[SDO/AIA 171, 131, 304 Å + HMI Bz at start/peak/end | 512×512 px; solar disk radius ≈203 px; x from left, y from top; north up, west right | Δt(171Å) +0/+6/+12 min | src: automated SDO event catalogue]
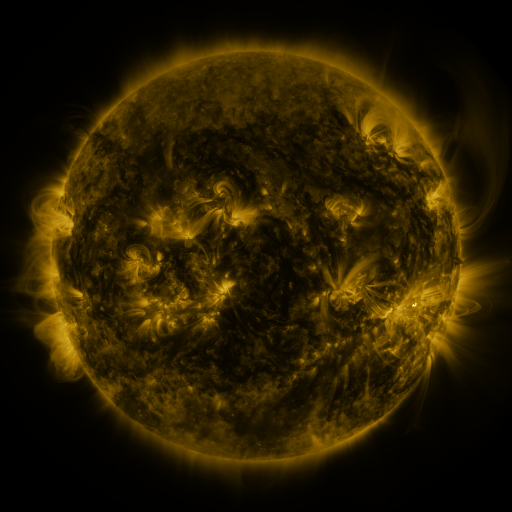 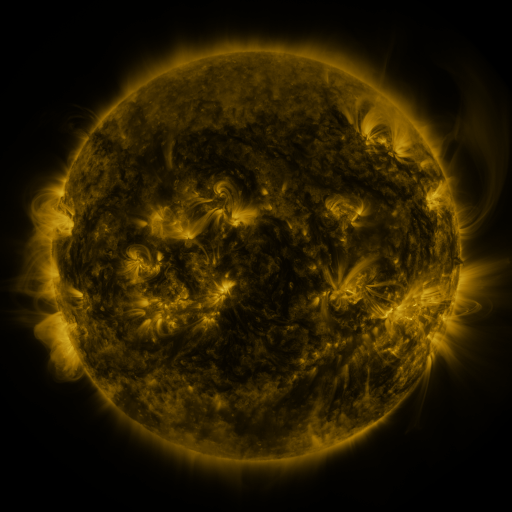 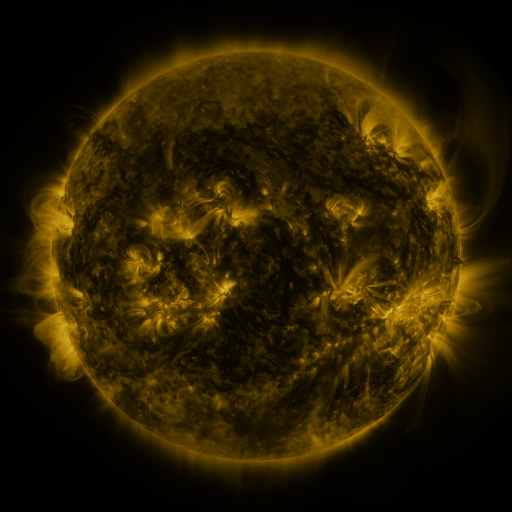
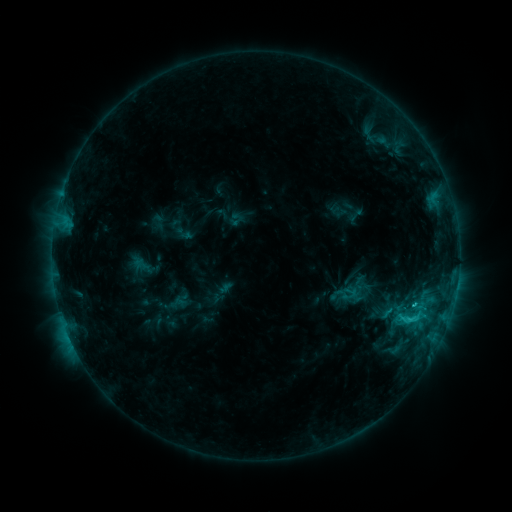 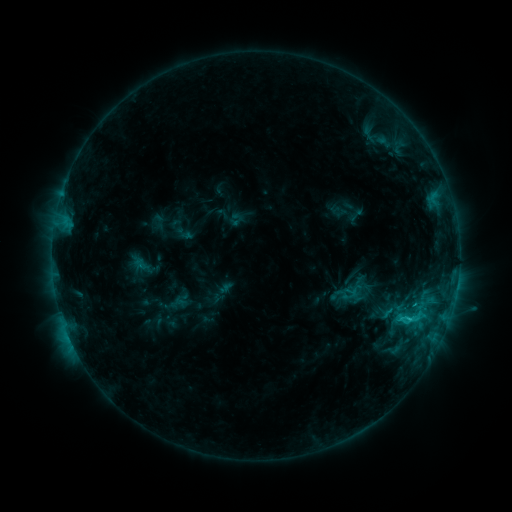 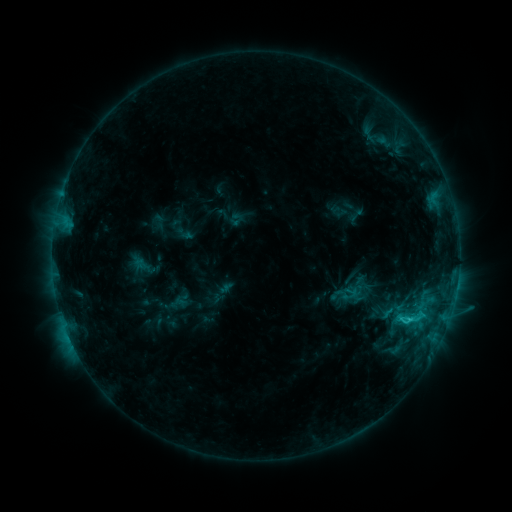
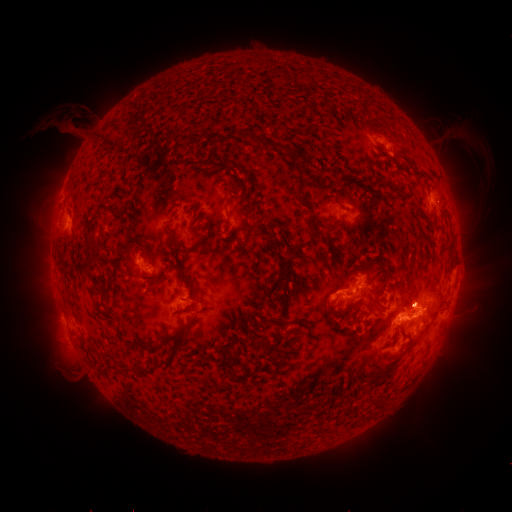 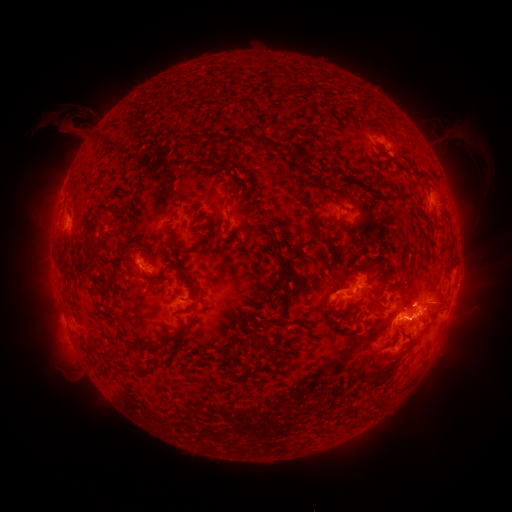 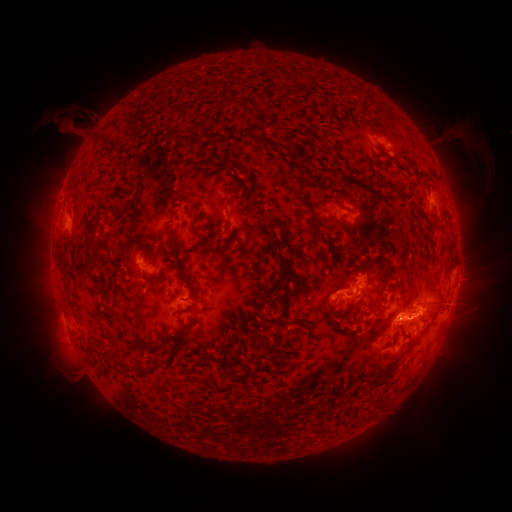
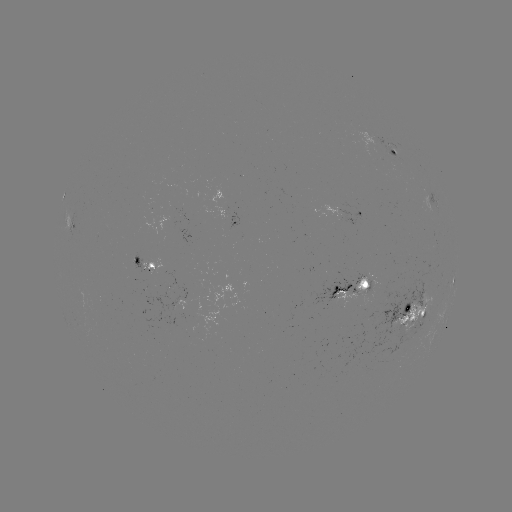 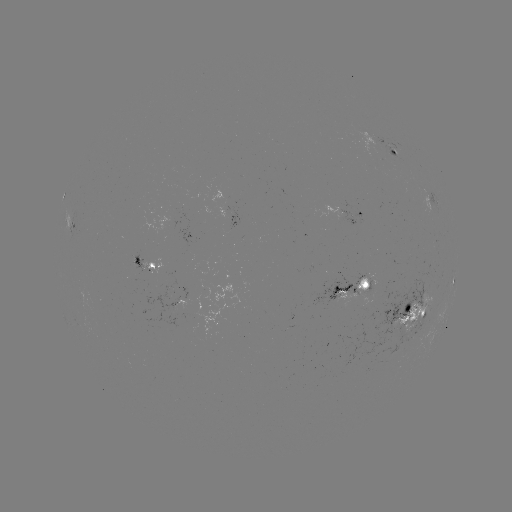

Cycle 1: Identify eruption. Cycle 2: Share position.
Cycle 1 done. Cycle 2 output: (423, 318).